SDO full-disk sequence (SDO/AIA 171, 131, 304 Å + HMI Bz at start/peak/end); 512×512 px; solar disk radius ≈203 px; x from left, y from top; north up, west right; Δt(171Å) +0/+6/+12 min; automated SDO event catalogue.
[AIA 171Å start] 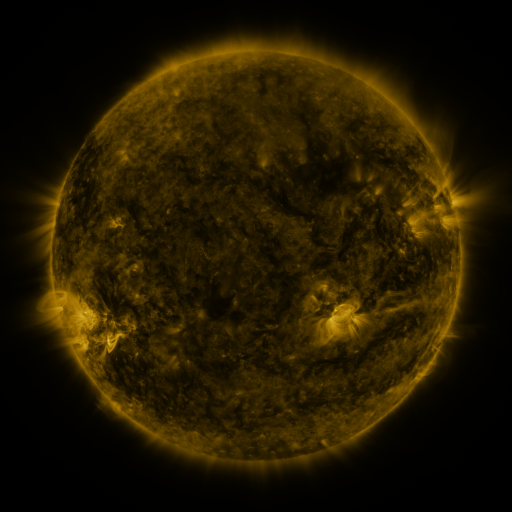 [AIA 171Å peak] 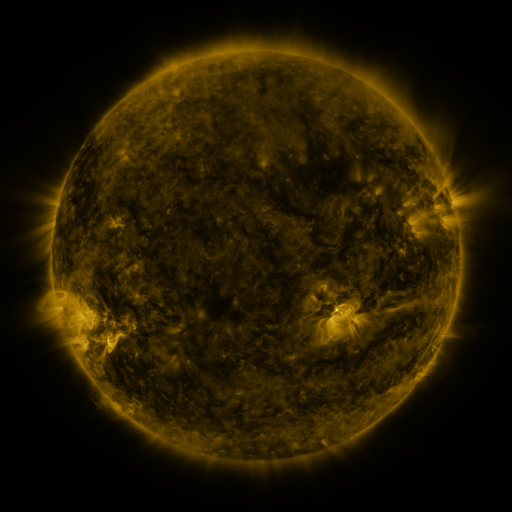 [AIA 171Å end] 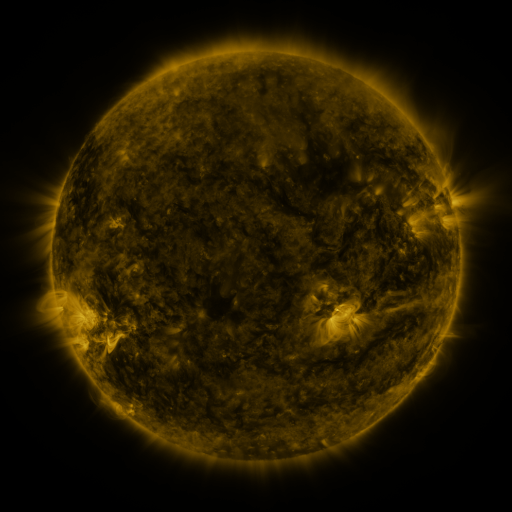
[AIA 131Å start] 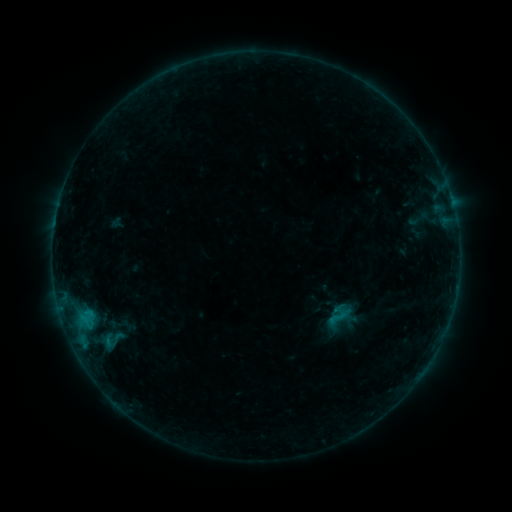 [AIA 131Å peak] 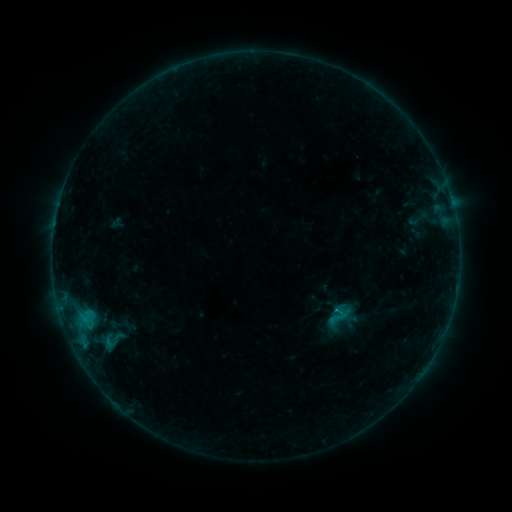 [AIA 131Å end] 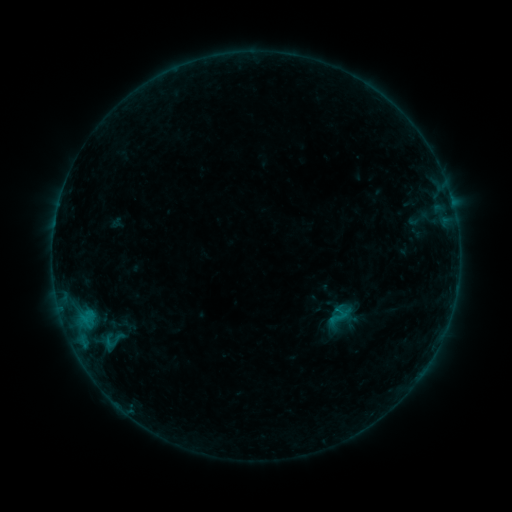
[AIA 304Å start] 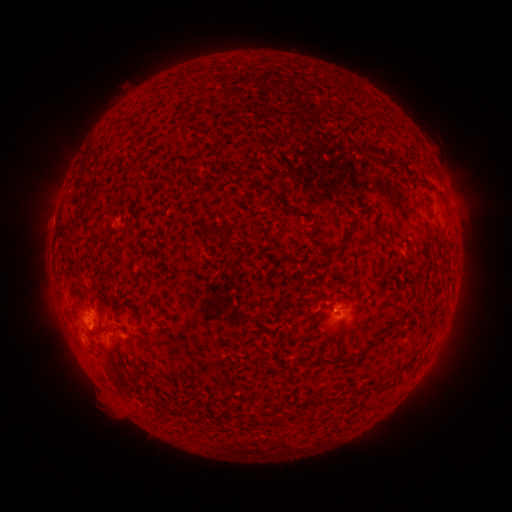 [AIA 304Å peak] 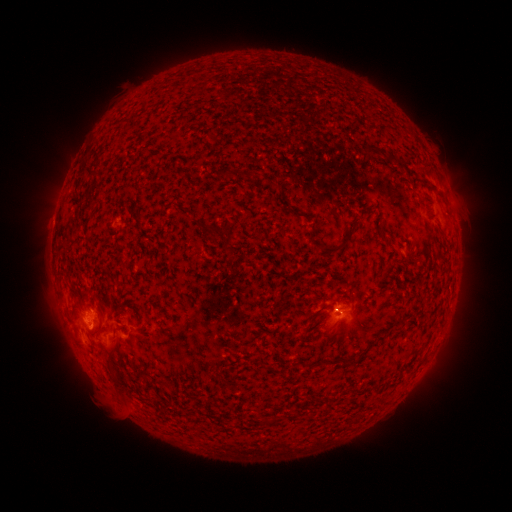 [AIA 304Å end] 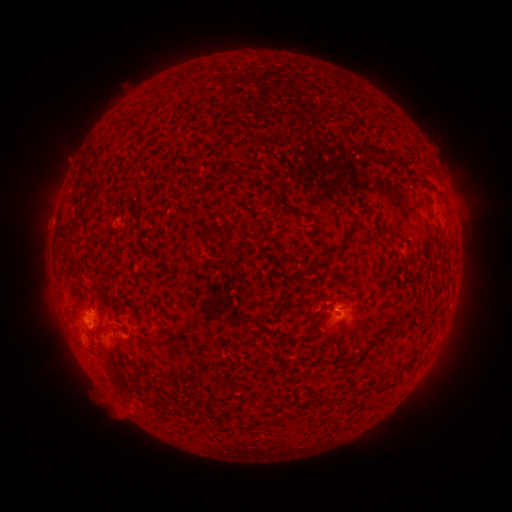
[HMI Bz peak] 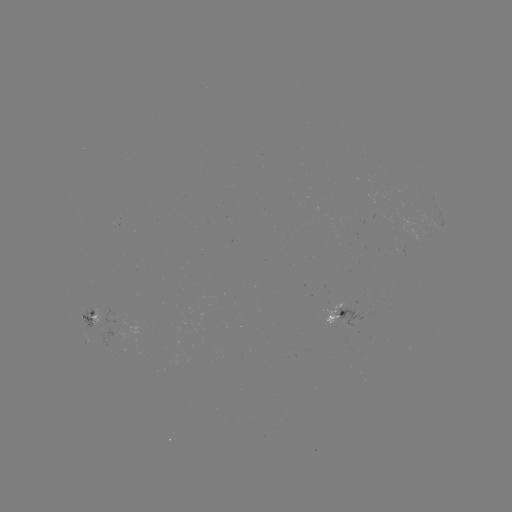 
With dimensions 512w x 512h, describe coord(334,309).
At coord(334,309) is B4.5 flare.